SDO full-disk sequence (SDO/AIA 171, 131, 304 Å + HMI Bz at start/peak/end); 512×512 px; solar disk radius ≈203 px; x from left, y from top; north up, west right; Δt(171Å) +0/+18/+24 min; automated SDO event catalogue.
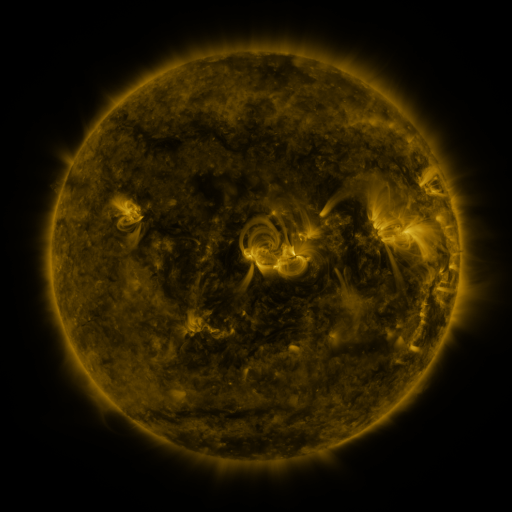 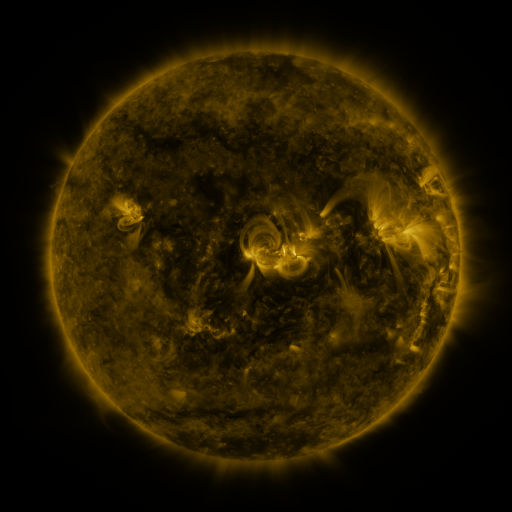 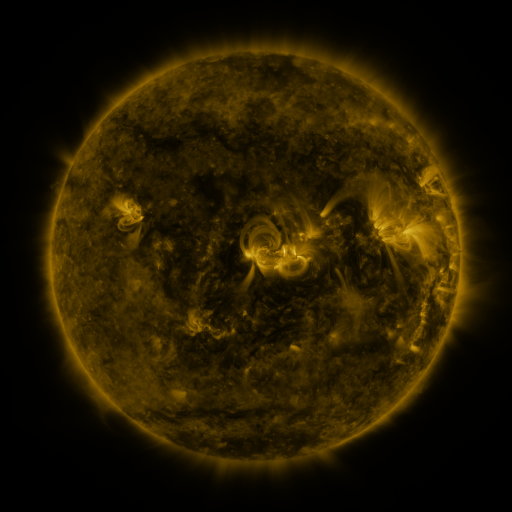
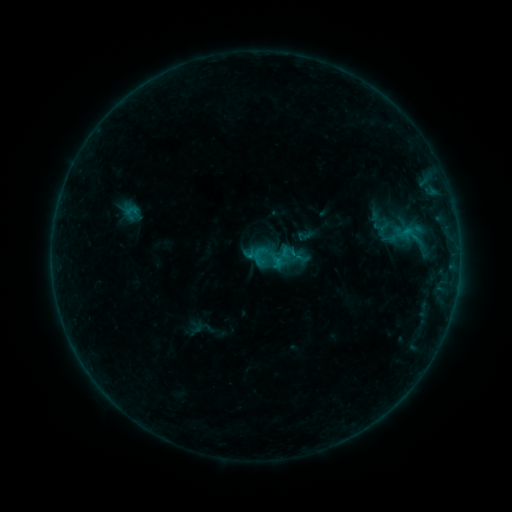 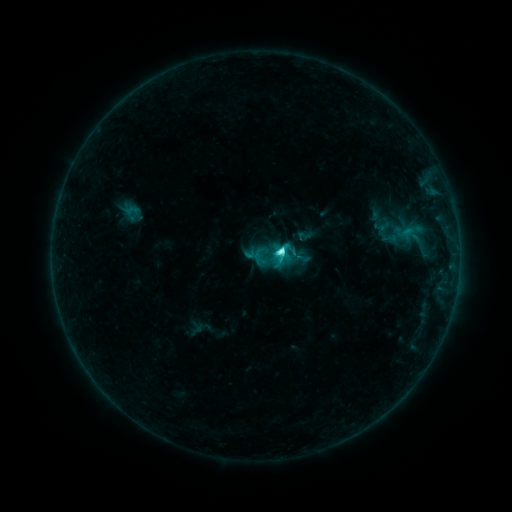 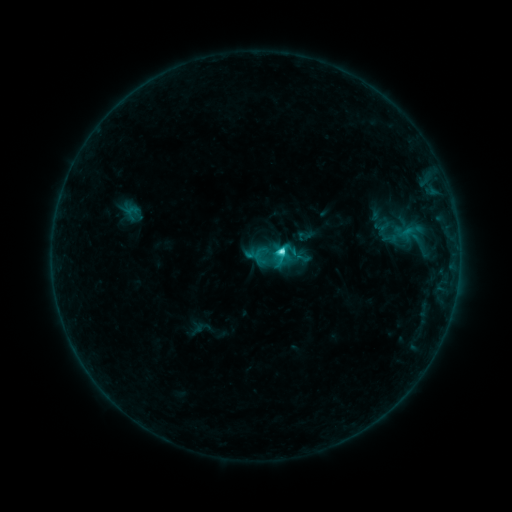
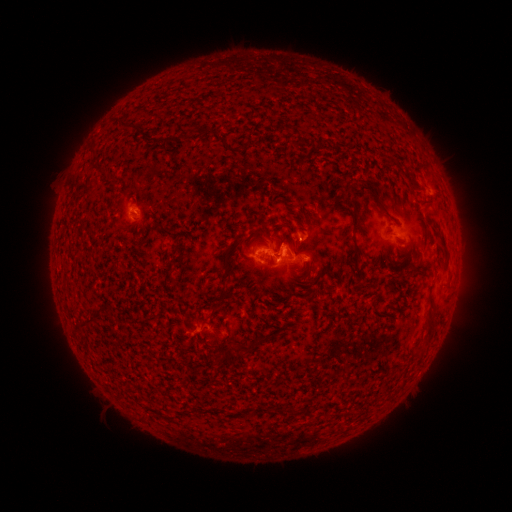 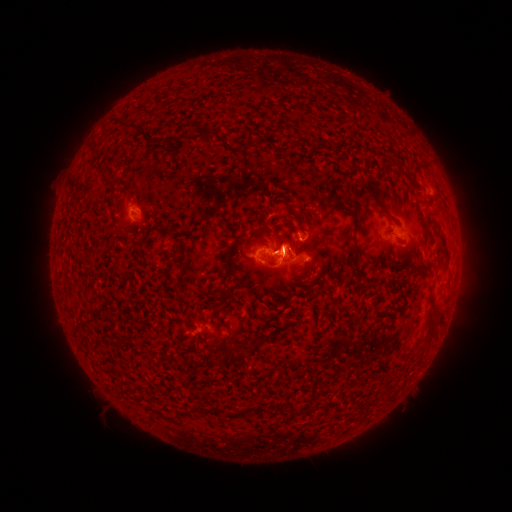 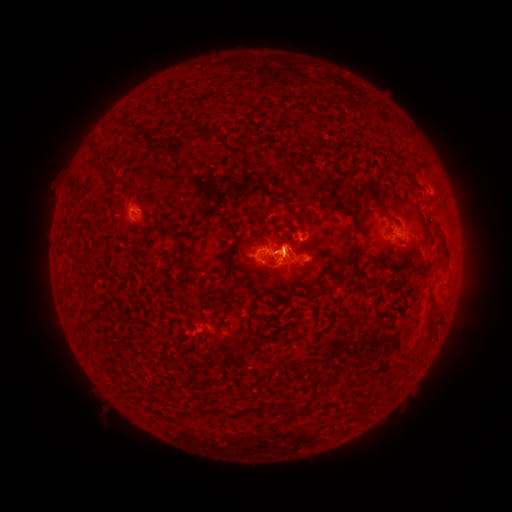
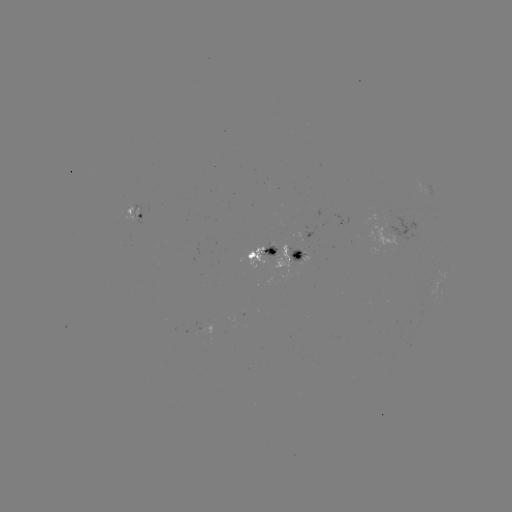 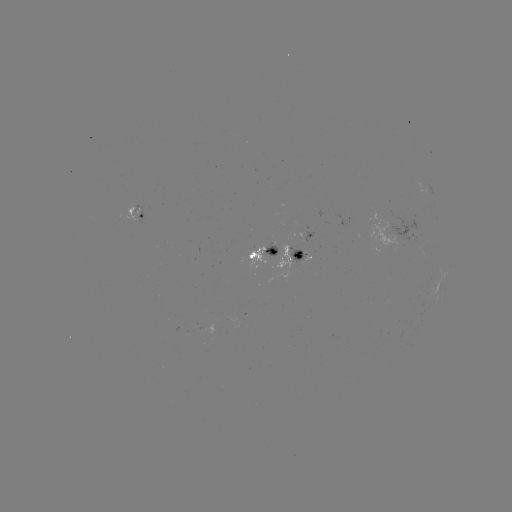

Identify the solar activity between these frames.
C4.4 flare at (280, 254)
